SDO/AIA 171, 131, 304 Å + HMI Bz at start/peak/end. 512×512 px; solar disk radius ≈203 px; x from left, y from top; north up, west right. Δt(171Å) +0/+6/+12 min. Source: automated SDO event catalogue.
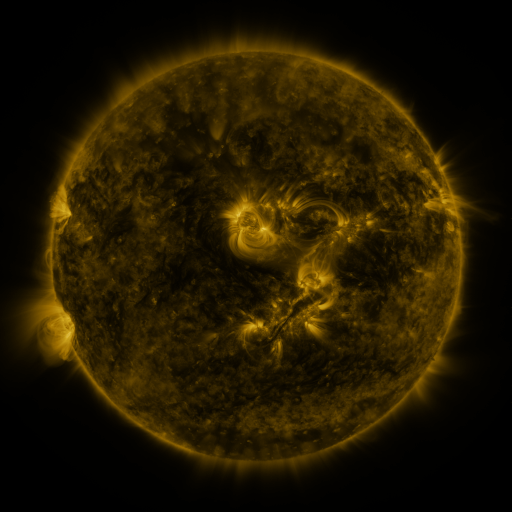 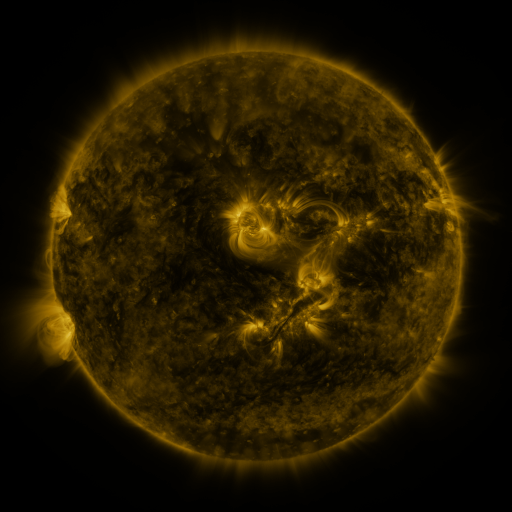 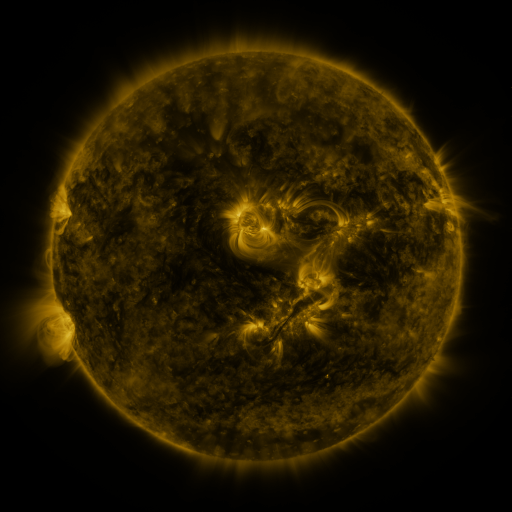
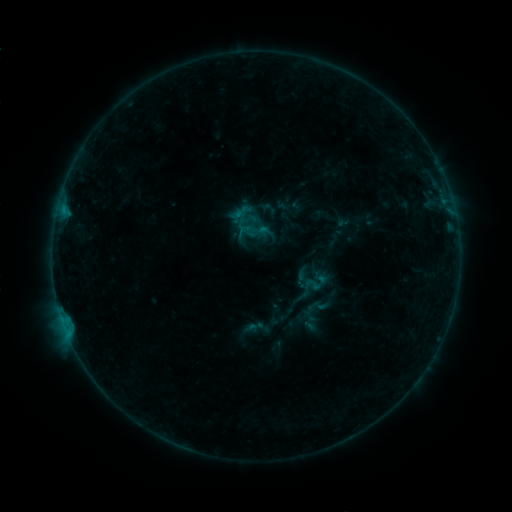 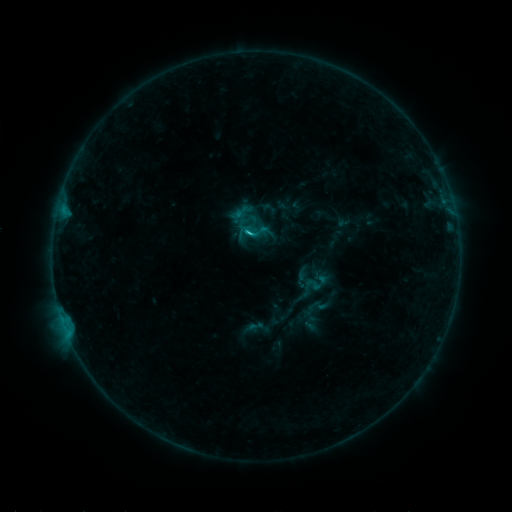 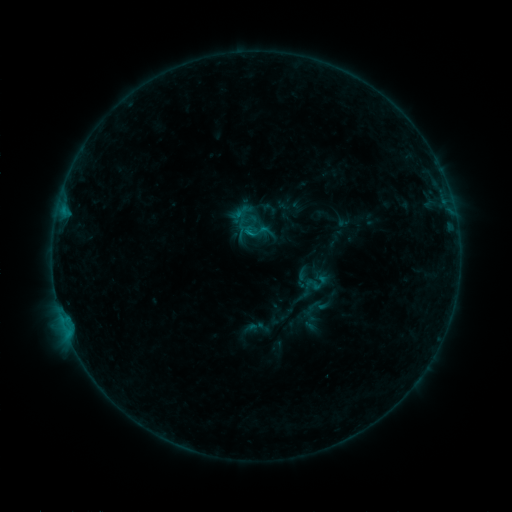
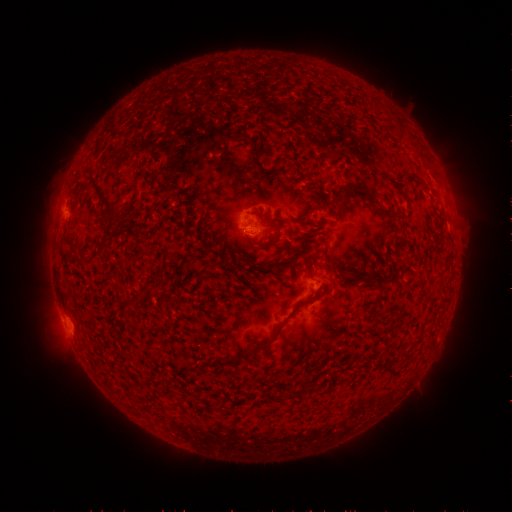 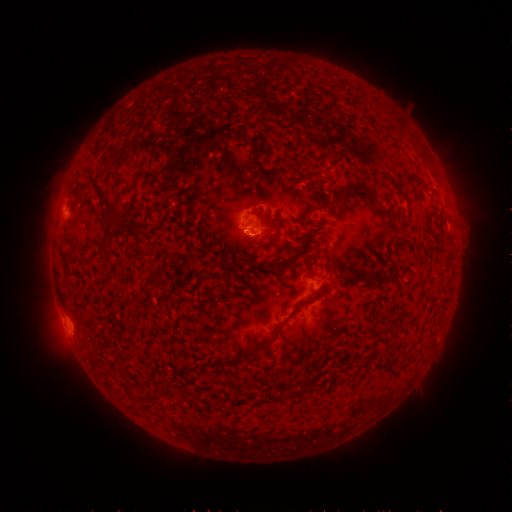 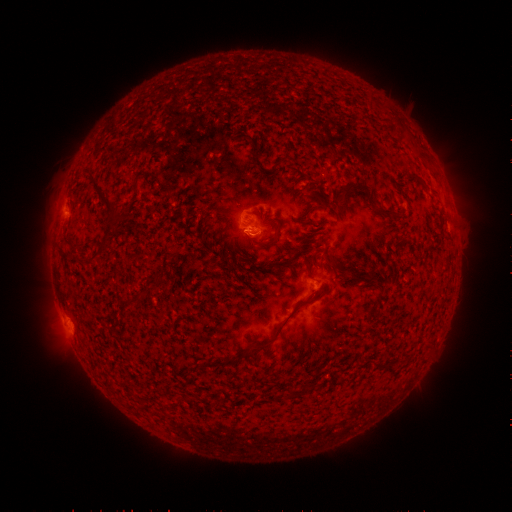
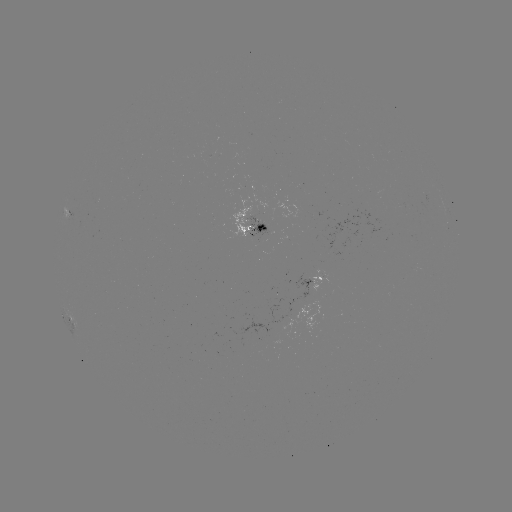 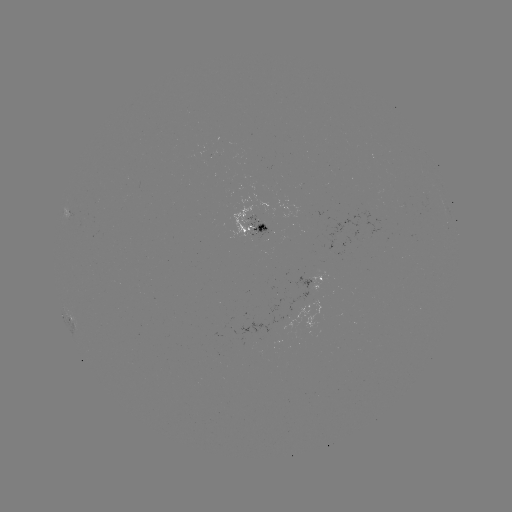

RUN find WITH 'B7.4 flare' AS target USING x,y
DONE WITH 252,236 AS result